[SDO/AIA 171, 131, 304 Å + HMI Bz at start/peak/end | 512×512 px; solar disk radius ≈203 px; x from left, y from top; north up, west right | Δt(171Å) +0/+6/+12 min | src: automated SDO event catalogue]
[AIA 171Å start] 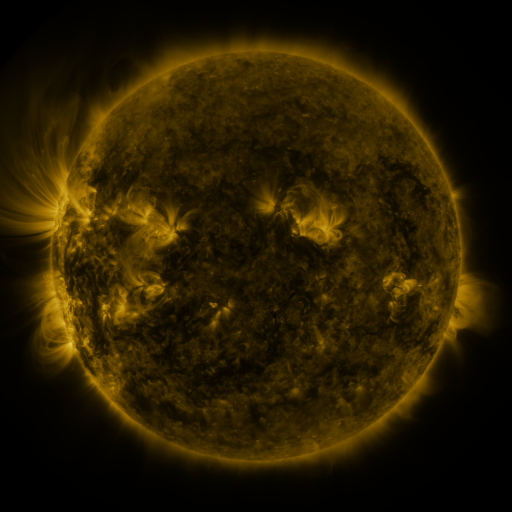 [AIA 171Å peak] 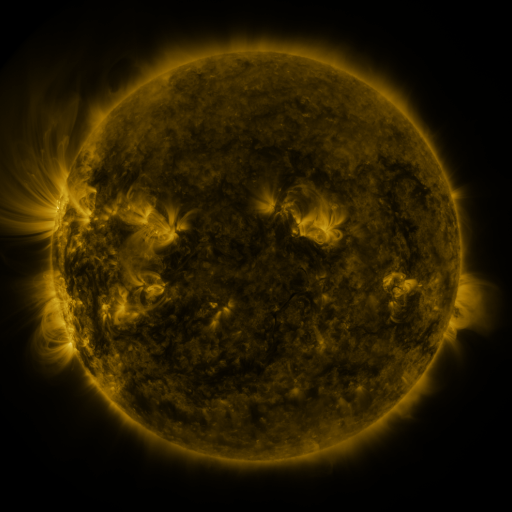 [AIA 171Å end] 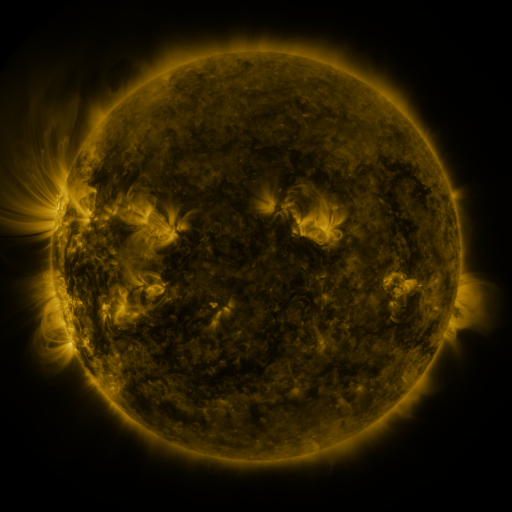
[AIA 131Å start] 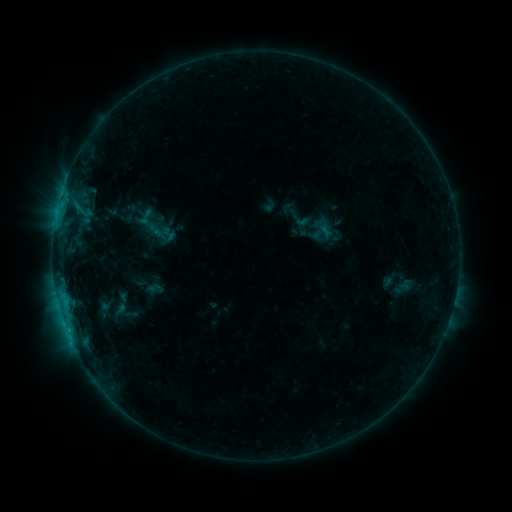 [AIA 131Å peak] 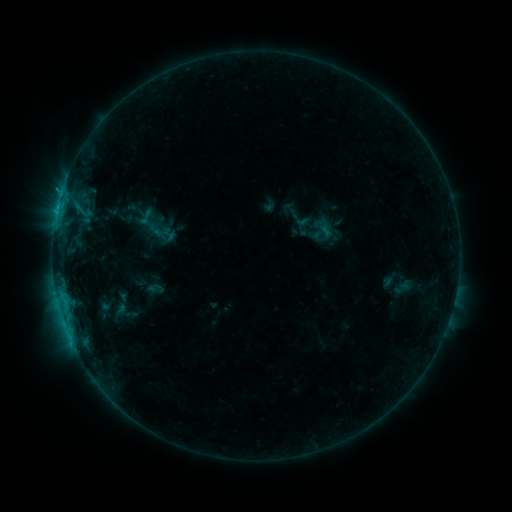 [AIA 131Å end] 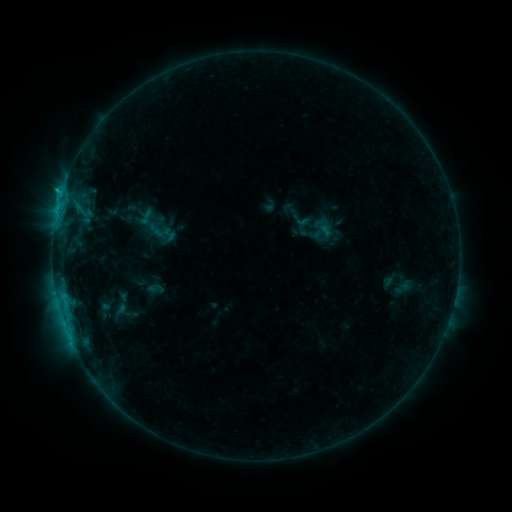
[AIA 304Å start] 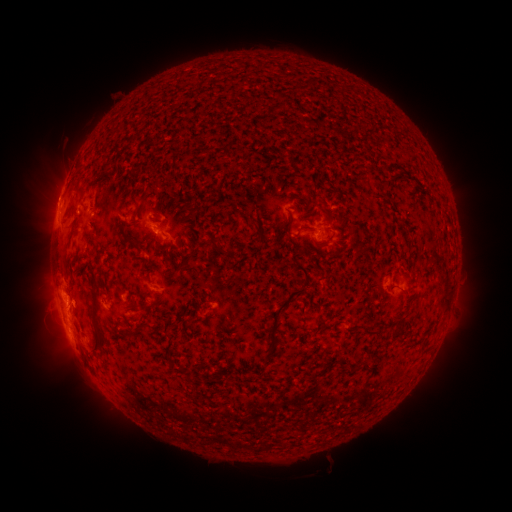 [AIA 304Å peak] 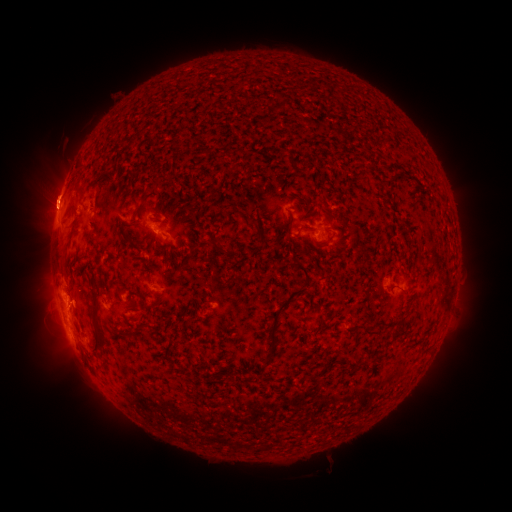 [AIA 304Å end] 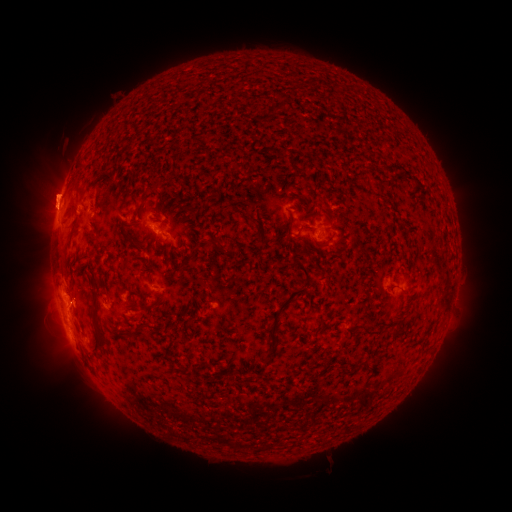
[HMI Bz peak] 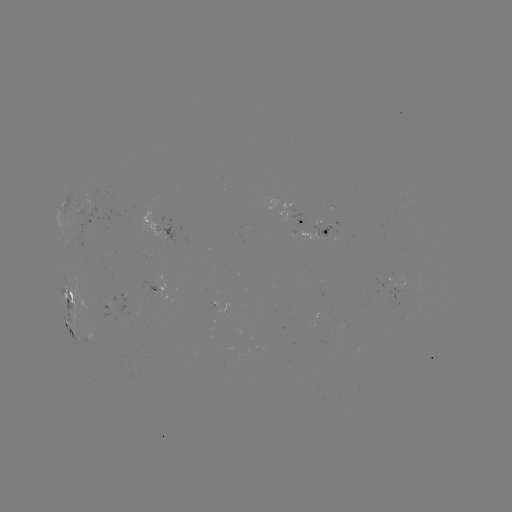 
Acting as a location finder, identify eruption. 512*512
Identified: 50,192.